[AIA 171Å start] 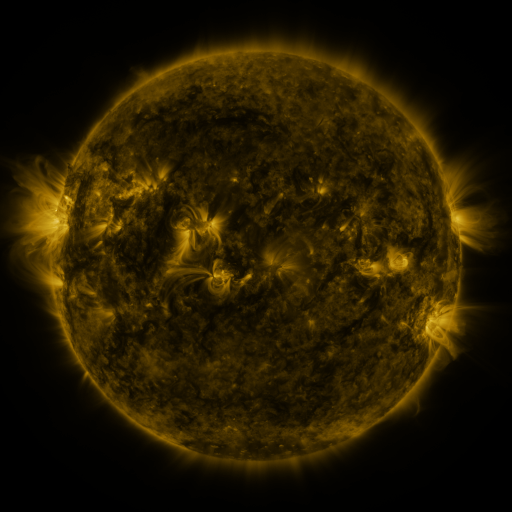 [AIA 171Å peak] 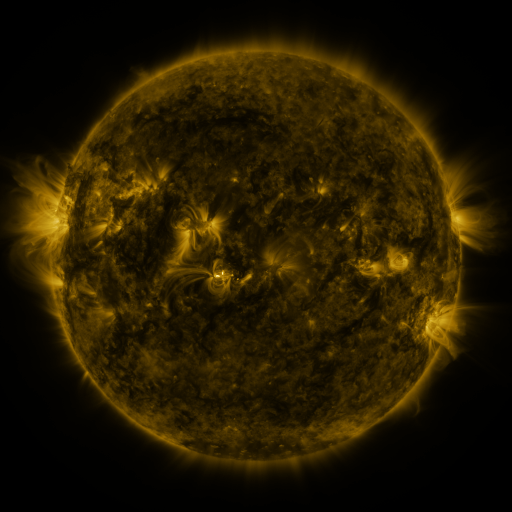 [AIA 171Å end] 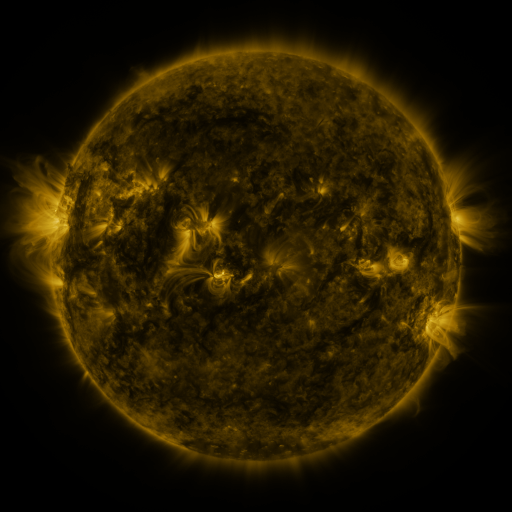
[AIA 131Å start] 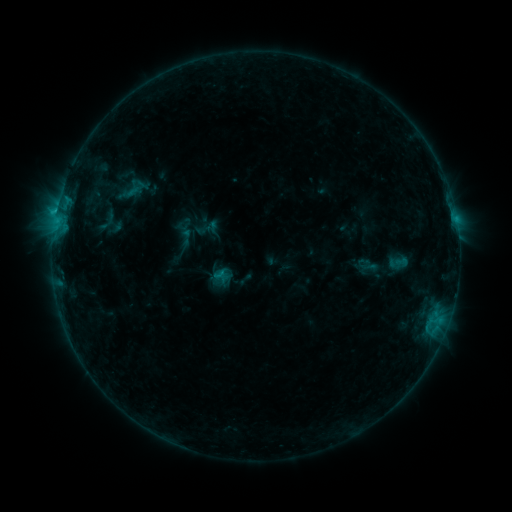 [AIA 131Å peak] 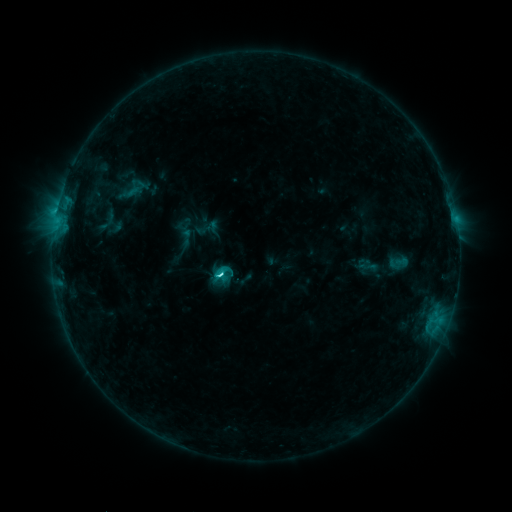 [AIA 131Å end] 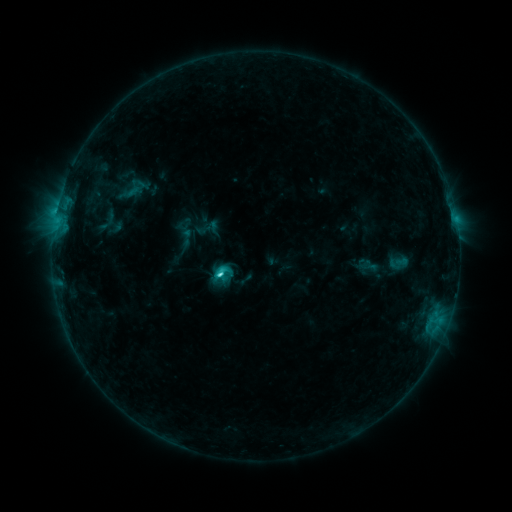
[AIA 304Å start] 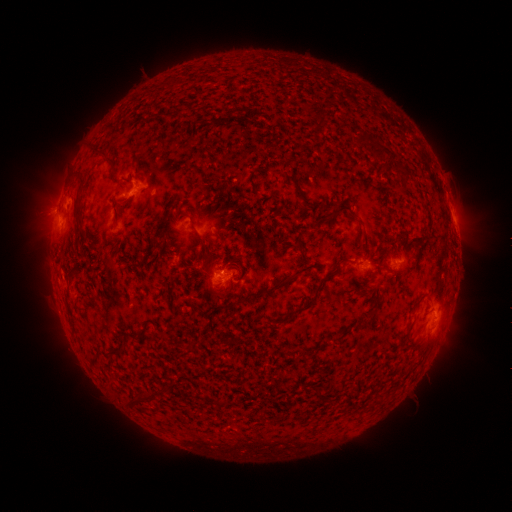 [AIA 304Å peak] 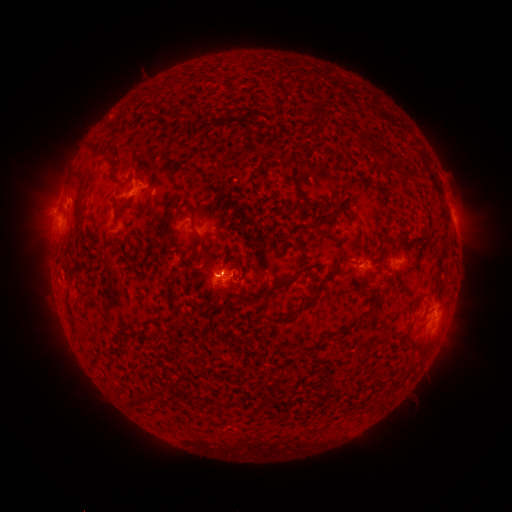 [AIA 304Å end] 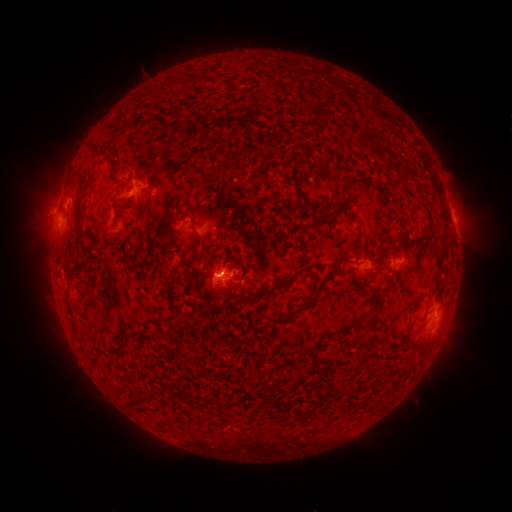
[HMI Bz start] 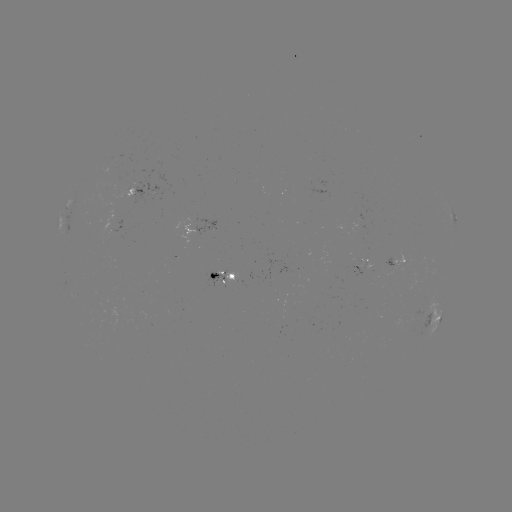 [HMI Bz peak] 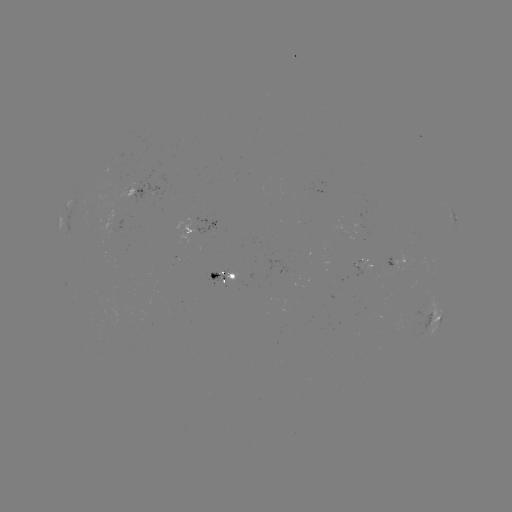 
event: flare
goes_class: C3.0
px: (221, 273)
